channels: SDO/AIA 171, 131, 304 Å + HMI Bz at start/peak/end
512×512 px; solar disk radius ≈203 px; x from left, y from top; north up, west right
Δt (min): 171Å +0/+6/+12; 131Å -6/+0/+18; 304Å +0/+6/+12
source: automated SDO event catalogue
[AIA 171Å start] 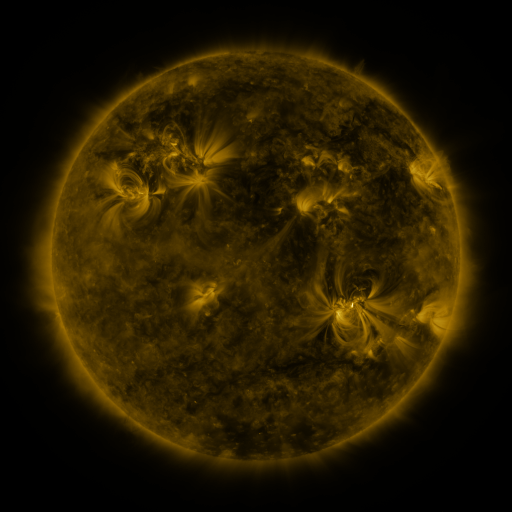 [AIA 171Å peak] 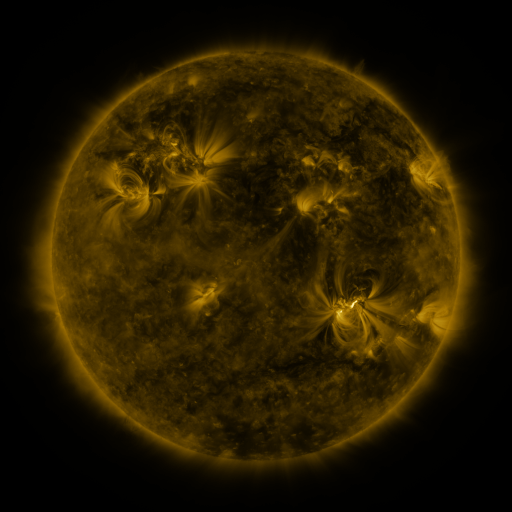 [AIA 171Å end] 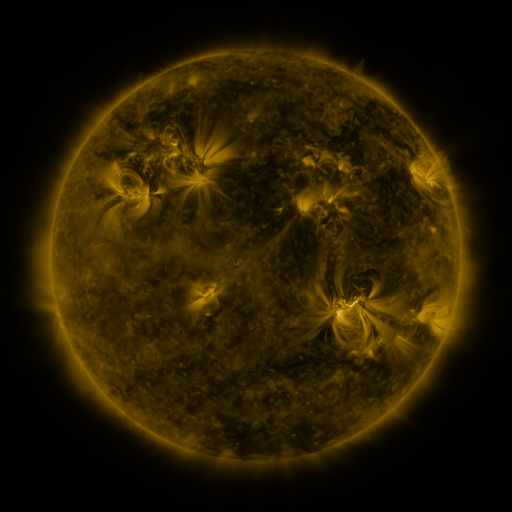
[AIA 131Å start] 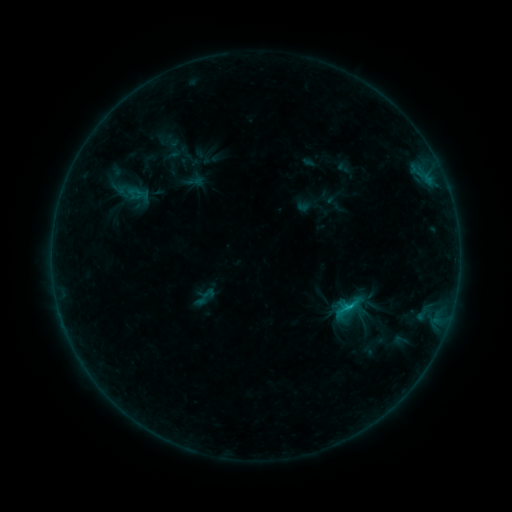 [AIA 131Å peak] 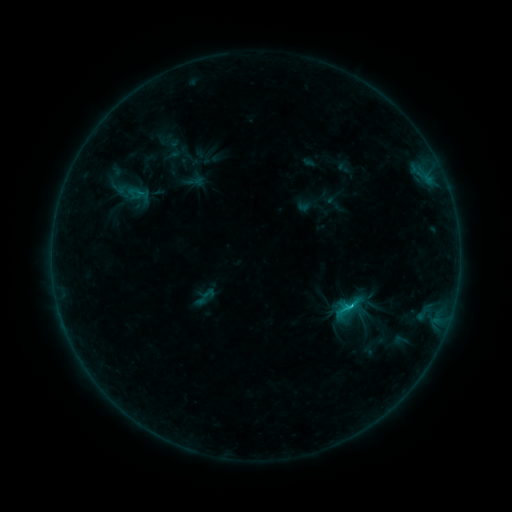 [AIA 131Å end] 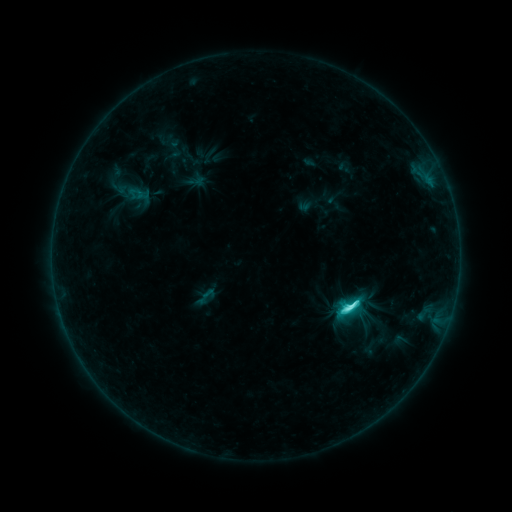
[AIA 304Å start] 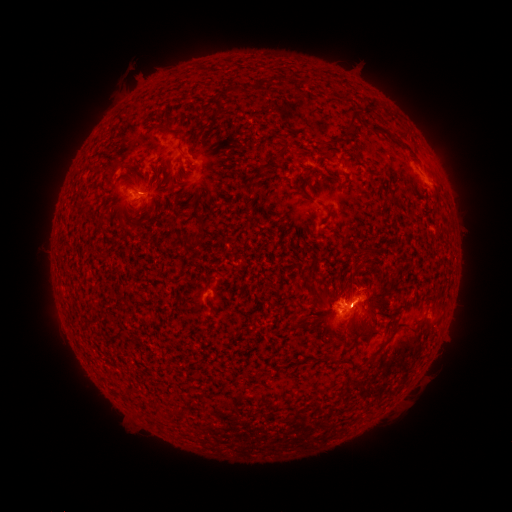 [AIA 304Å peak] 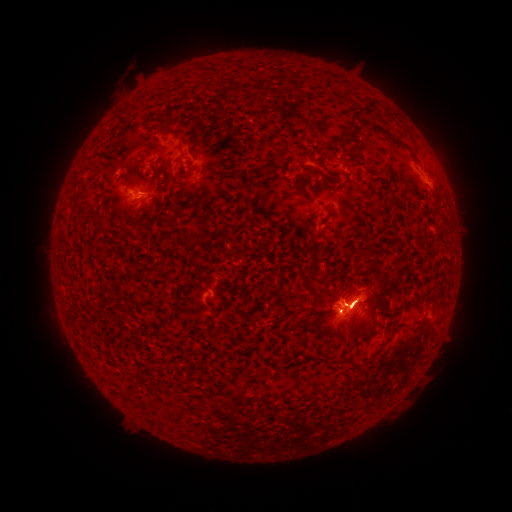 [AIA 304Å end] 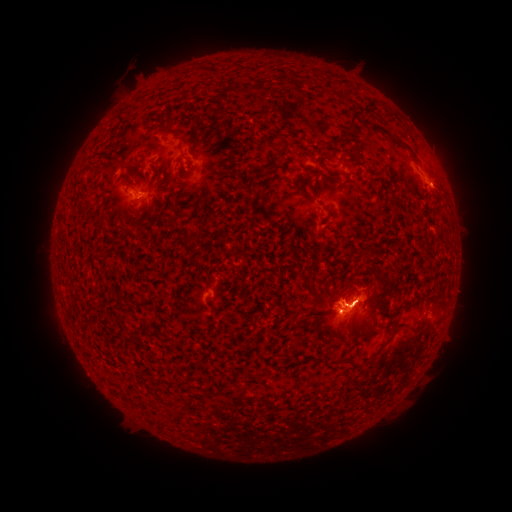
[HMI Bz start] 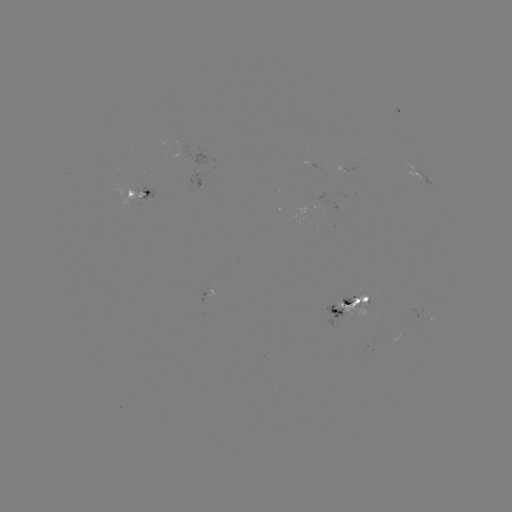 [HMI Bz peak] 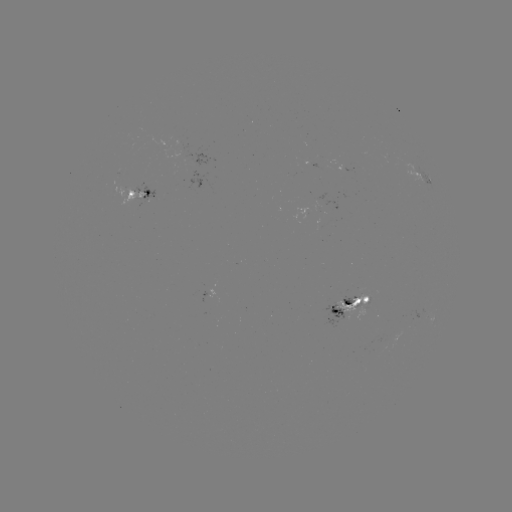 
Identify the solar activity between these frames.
M1.1 flare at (349, 301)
